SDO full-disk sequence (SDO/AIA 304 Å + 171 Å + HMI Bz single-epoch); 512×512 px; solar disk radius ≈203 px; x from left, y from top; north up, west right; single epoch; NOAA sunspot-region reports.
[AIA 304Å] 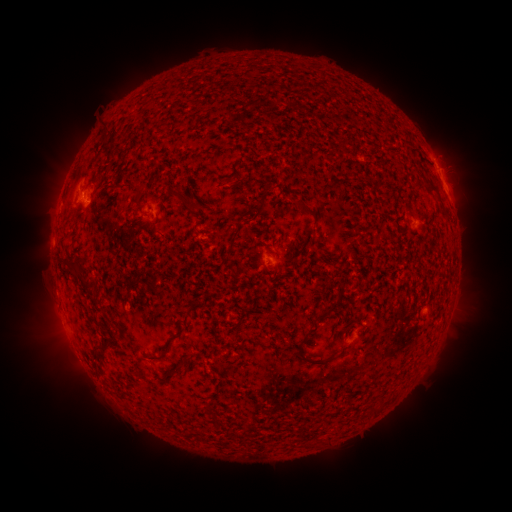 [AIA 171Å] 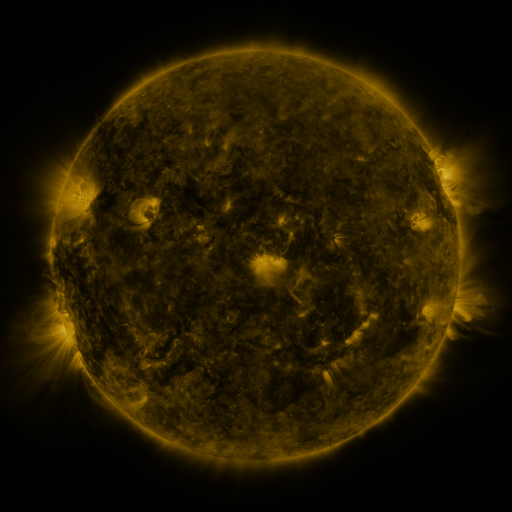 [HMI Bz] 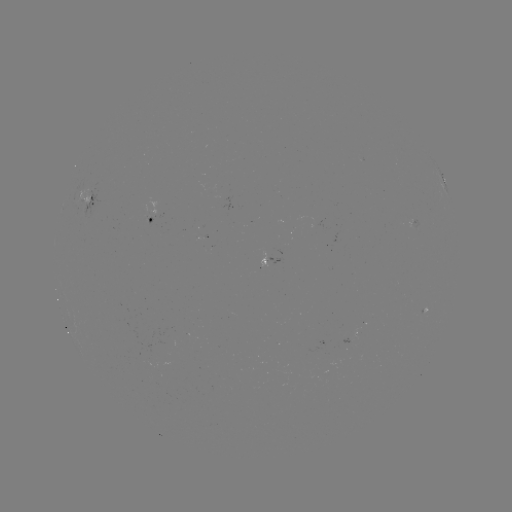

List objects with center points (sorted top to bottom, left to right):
spotted active region: (442, 178)
spotted active region: (86, 201)
spotted active region: (163, 220)
spotted active region: (270, 259)
spotted active region: (353, 332)
